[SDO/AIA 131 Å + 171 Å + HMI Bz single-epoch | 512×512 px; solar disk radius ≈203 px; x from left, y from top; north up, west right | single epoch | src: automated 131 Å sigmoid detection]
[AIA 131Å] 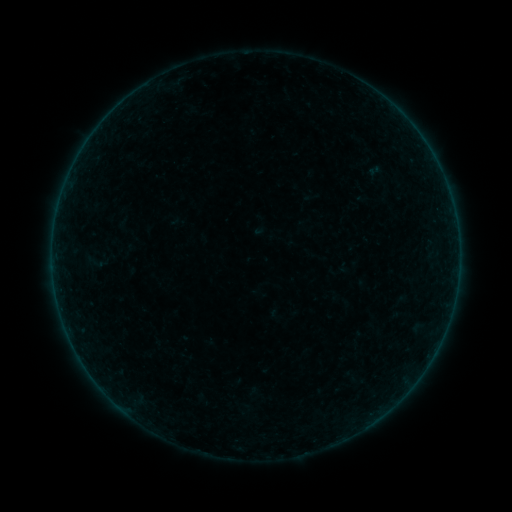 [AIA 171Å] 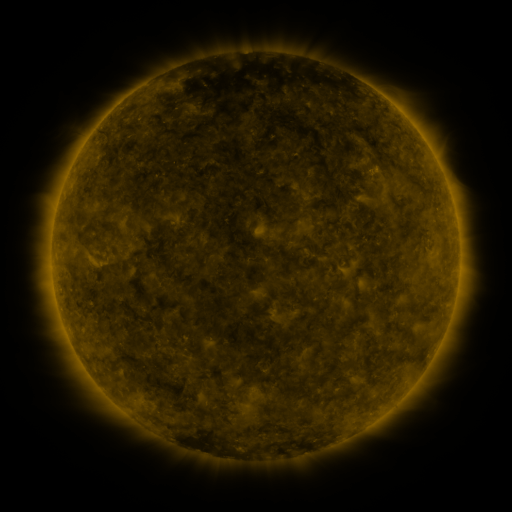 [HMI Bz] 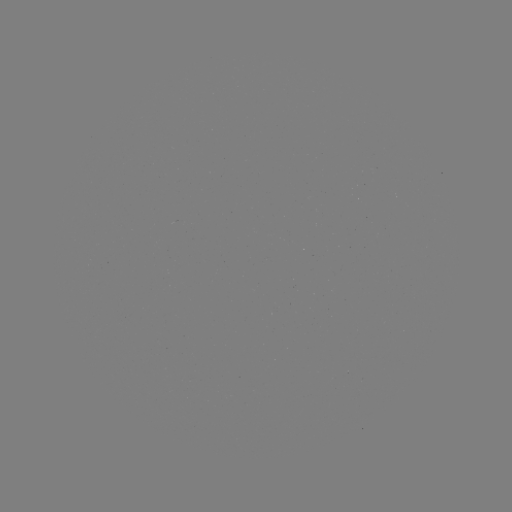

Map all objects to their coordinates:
sigmoid: <bbox>86, 250, 104, 273</bbox>
